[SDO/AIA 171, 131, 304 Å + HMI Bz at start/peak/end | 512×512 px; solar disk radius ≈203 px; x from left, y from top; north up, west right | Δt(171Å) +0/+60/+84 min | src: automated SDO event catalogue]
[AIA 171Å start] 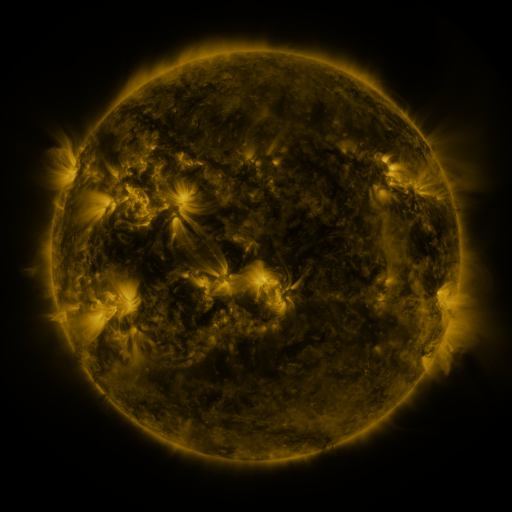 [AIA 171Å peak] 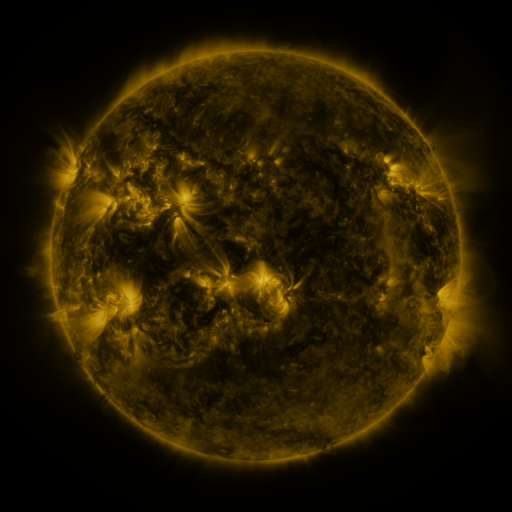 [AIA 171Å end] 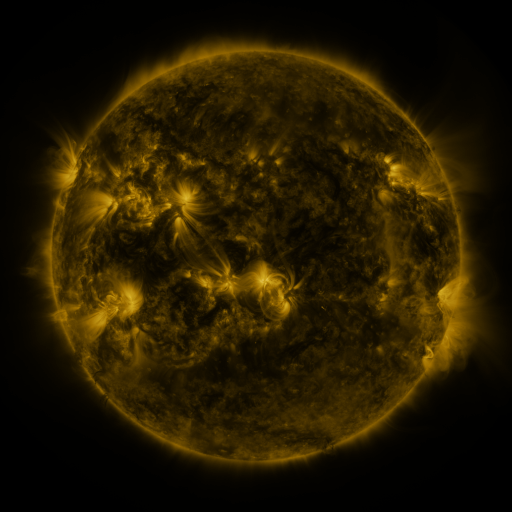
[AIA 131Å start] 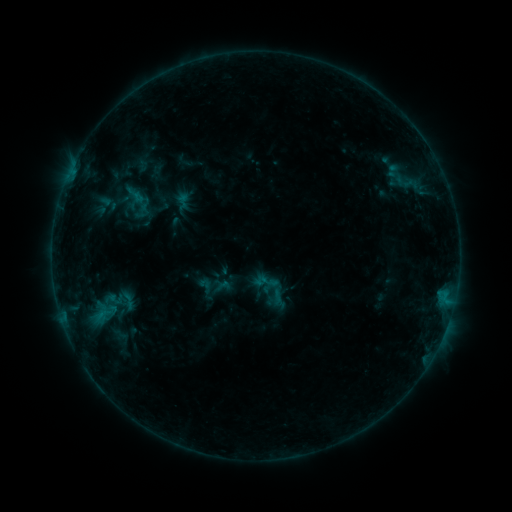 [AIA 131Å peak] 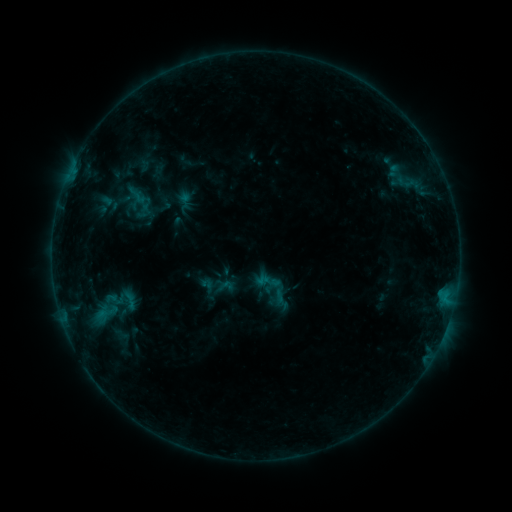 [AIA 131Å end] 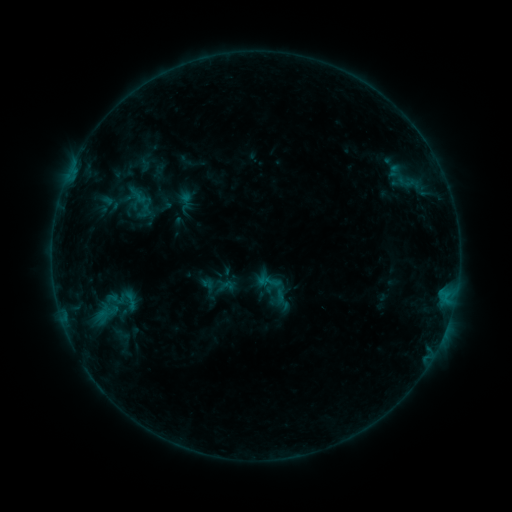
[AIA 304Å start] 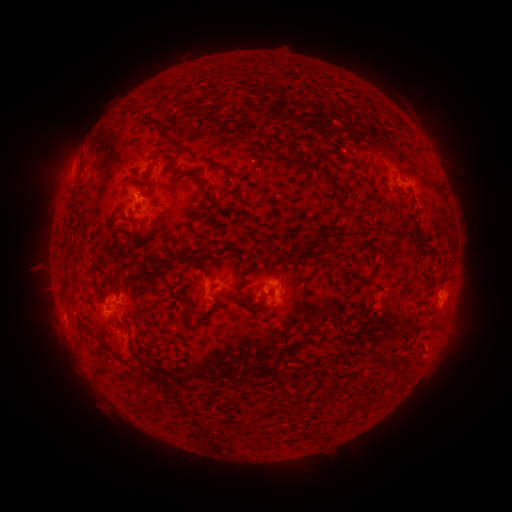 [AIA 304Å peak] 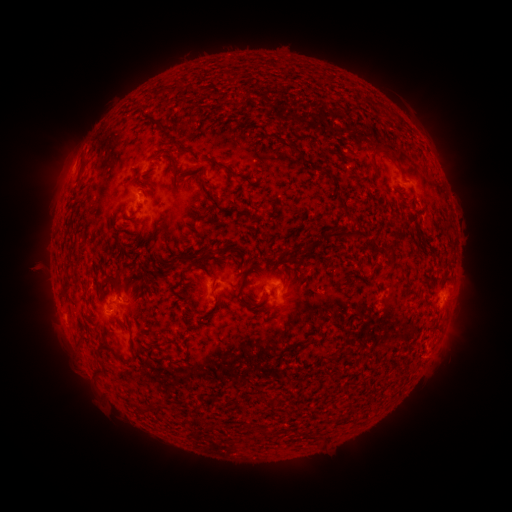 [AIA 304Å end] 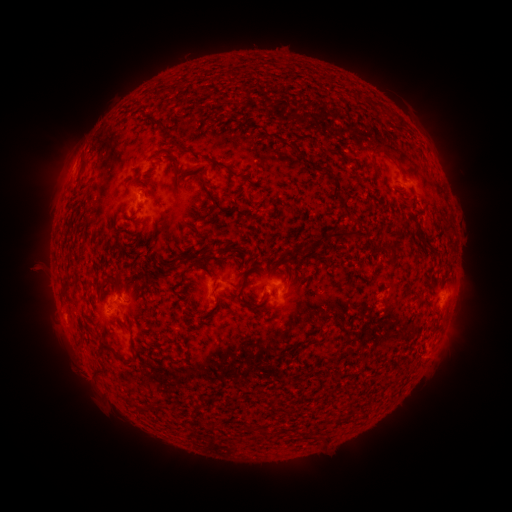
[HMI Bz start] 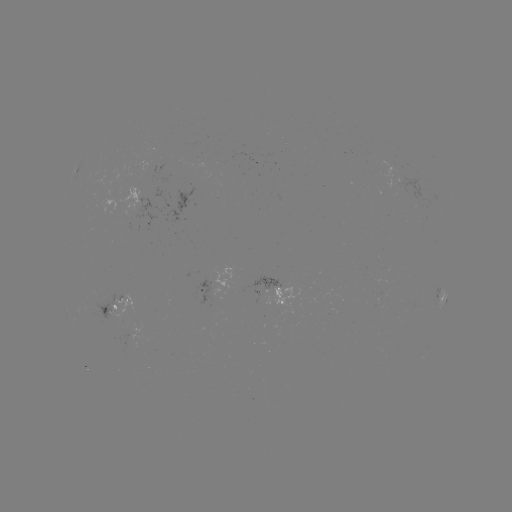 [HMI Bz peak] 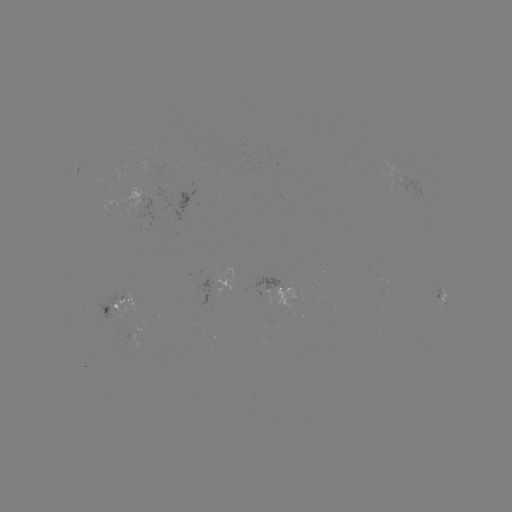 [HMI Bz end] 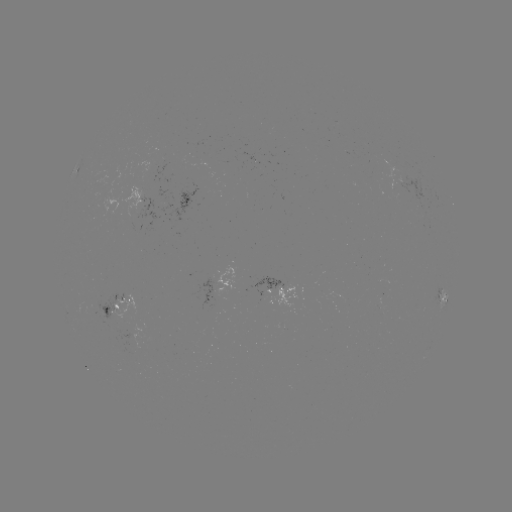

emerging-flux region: [105, 293, 143, 330]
